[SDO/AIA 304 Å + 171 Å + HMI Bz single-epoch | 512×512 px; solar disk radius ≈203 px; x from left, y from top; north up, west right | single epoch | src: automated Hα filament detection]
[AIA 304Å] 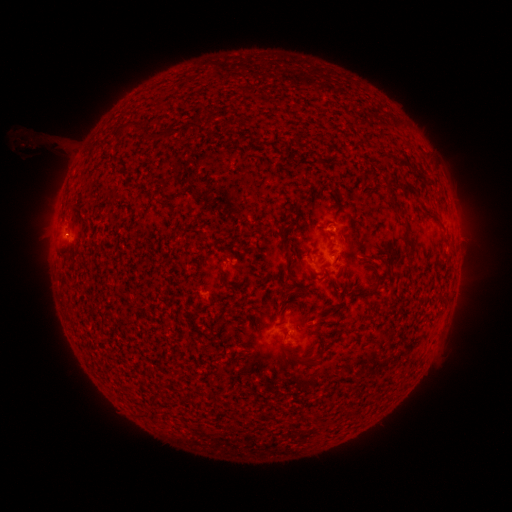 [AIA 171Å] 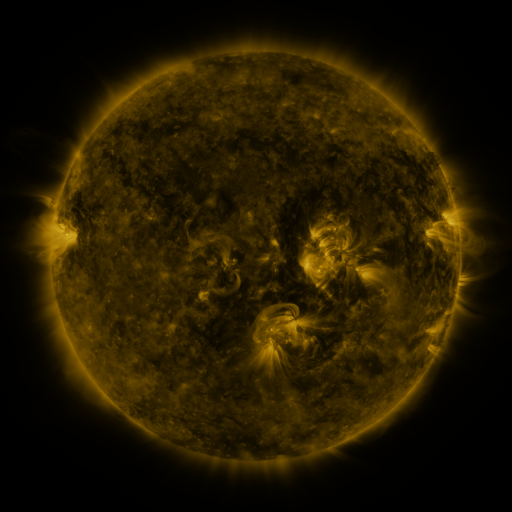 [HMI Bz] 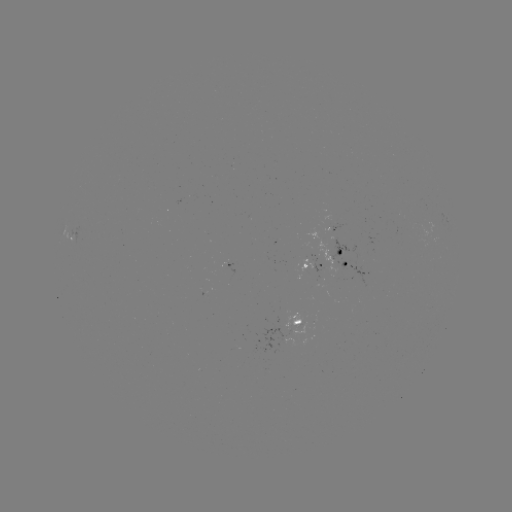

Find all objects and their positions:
filament: (122, 121, 142, 131)
filament: (144, 132, 158, 141)
filament: (383, 155, 391, 165)
filament: (400, 180, 418, 196)
filament: (390, 195, 400, 211)
filament: (294, 200, 301, 212)
filament: (196, 234, 205, 243)
filament: (404, 235, 416, 262)
filament: (281, 240, 289, 250)
filament: (285, 259, 293, 279)
filament: (217, 268, 233, 287)
filament: (334, 268, 342, 278)
filament: (358, 279, 378, 298)
filament: (284, 286, 306, 297)
filament: (293, 318, 302, 325)
filament: (211, 333, 219, 342)
filament: (284, 350, 311, 366)
